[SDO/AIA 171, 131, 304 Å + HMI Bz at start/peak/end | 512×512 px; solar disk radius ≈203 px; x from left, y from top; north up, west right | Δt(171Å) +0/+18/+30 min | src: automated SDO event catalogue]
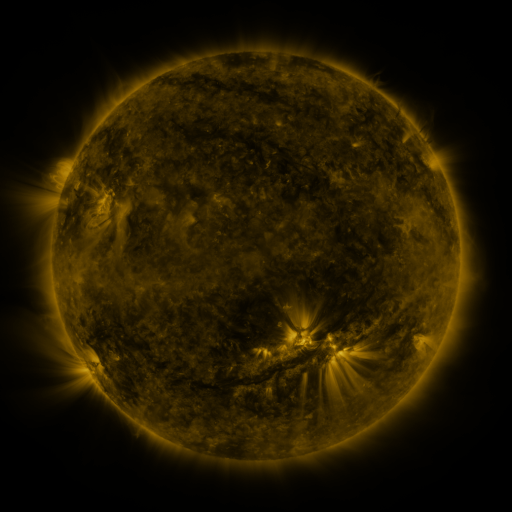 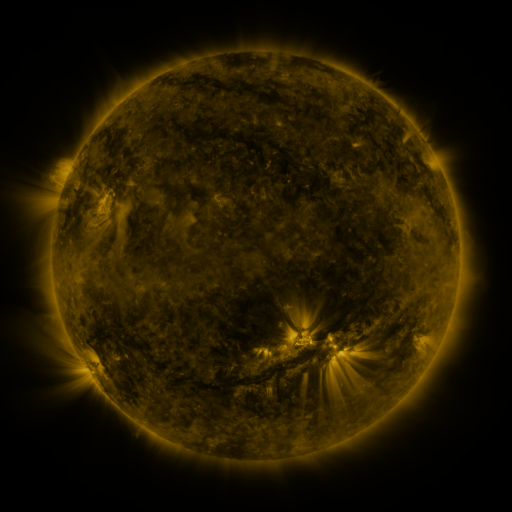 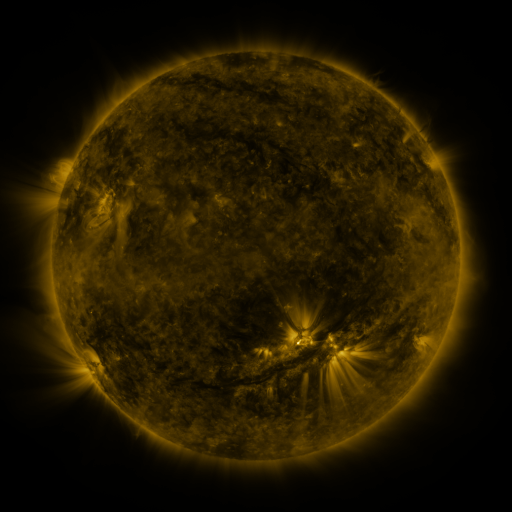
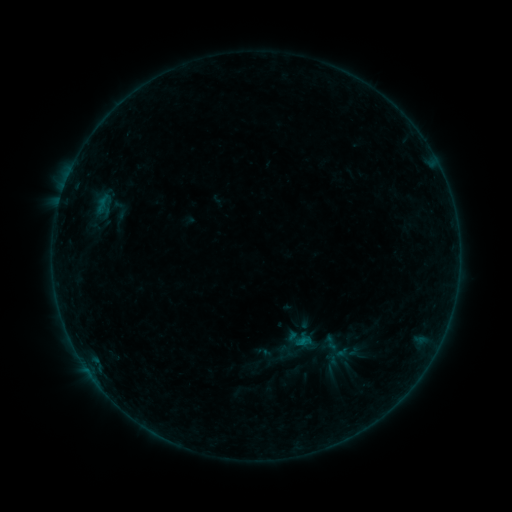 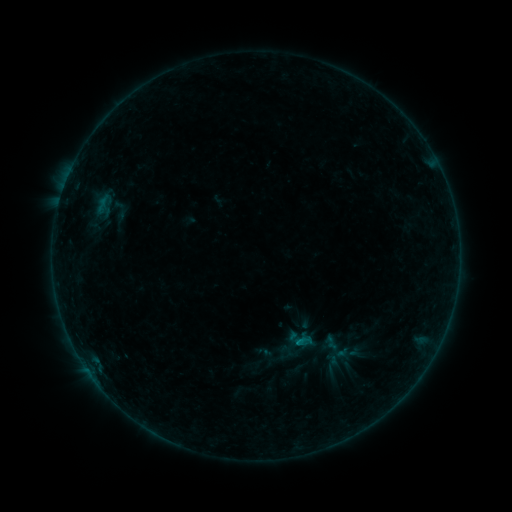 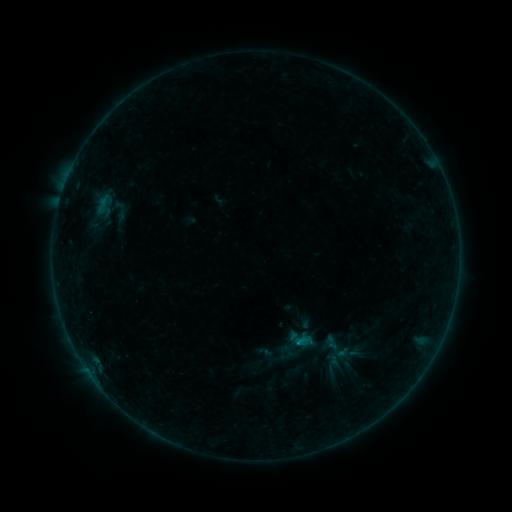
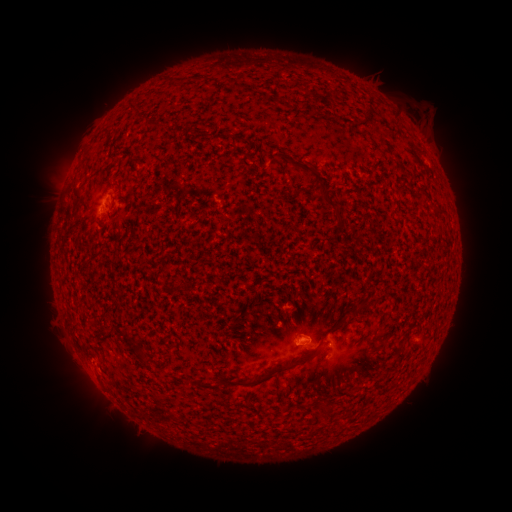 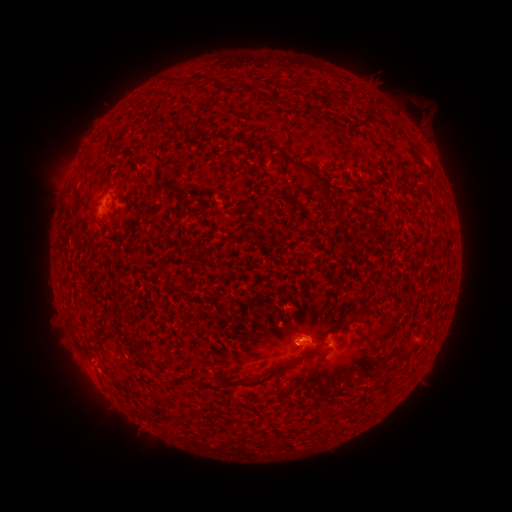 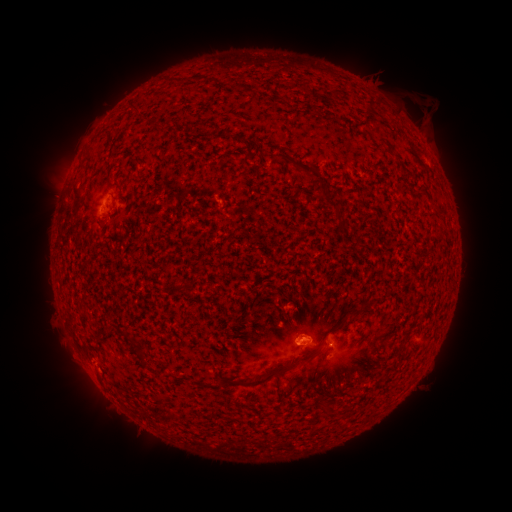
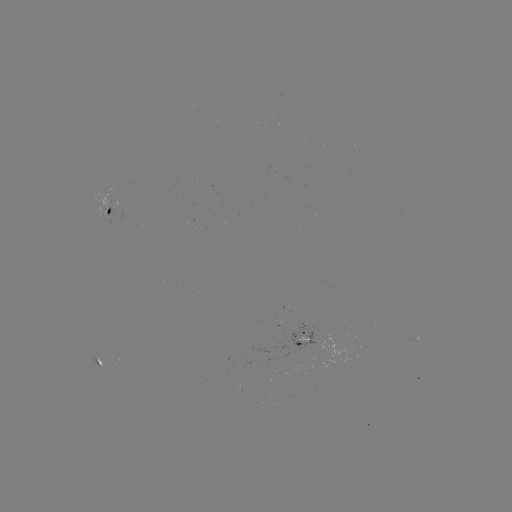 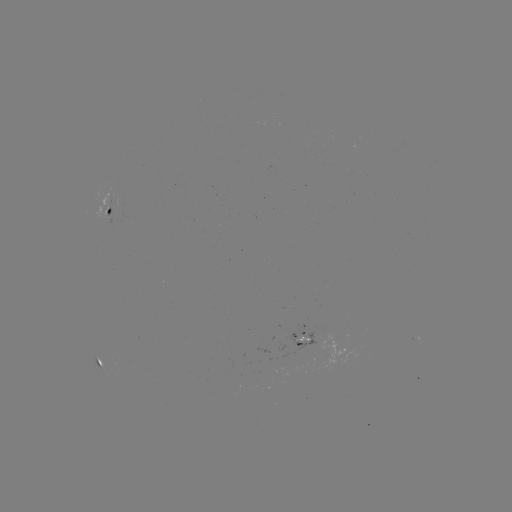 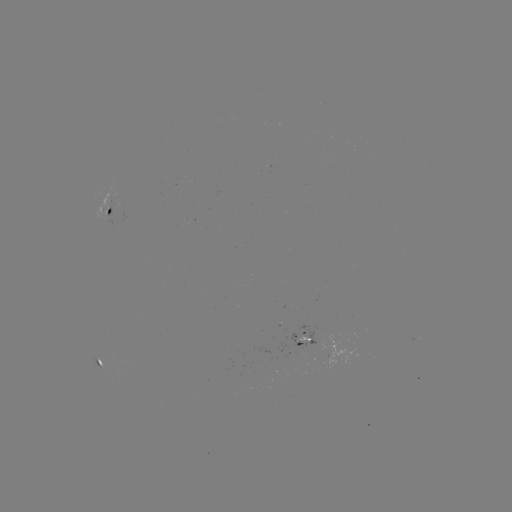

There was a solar flare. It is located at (295, 344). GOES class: B2.6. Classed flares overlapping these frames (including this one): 2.